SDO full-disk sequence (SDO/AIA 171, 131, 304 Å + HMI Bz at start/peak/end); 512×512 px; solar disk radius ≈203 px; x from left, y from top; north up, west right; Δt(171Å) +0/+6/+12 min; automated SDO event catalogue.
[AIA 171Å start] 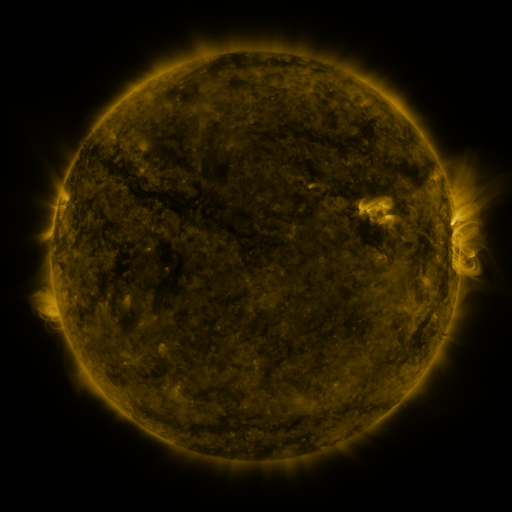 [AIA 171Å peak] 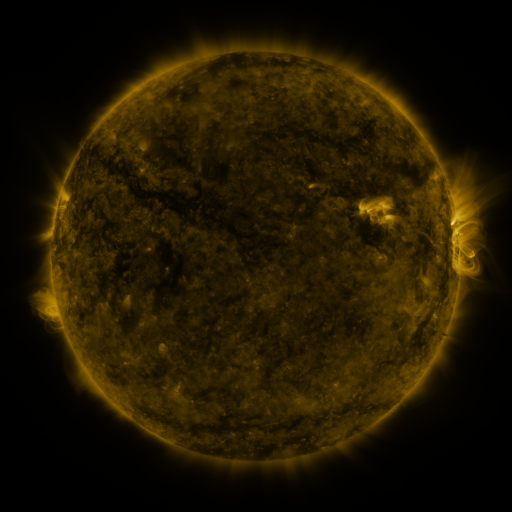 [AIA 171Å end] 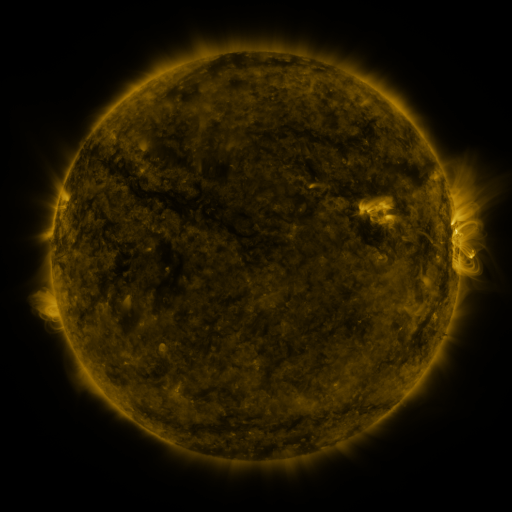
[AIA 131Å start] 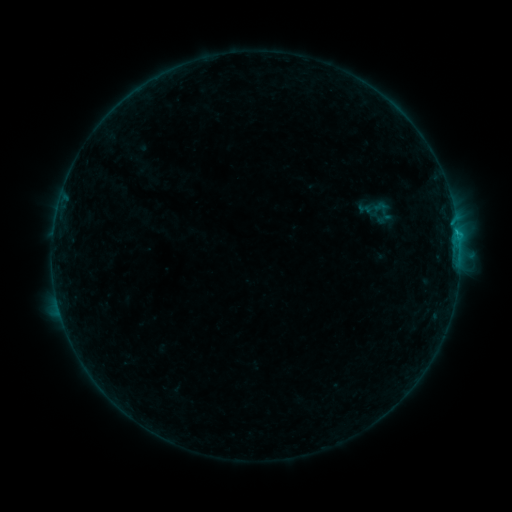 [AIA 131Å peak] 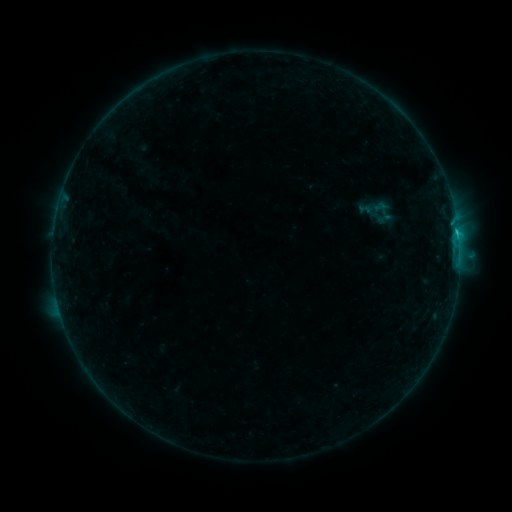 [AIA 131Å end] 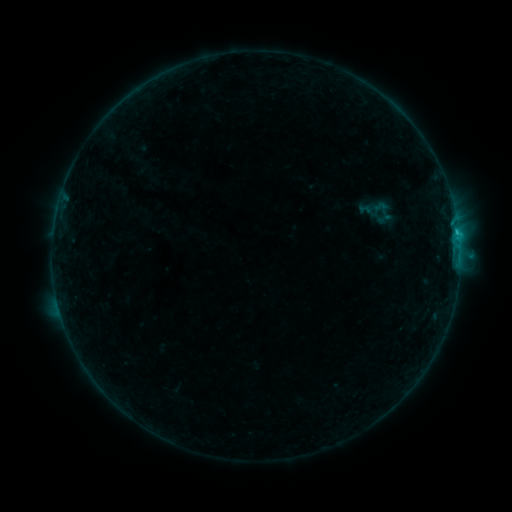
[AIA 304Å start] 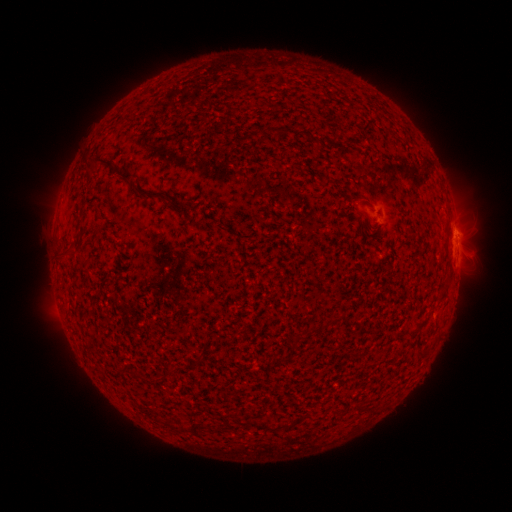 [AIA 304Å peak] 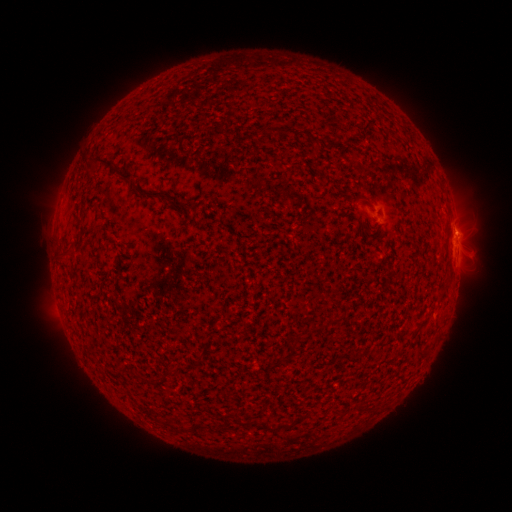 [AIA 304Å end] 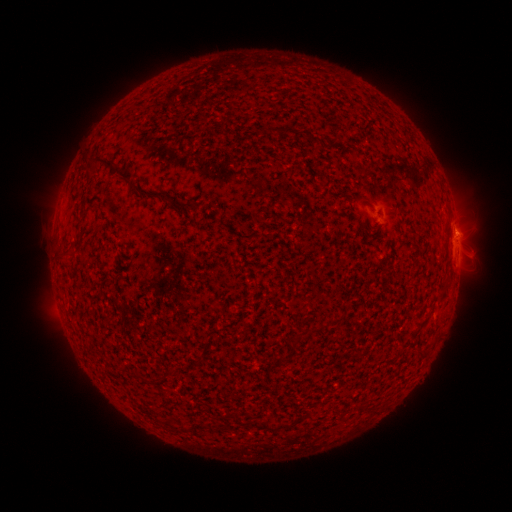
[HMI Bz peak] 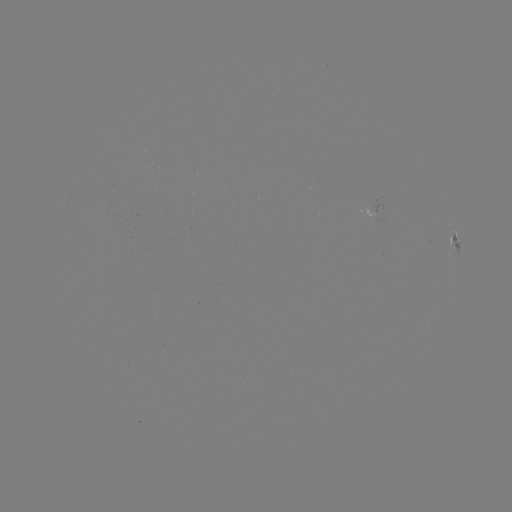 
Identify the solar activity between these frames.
B8.5 flare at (456, 233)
